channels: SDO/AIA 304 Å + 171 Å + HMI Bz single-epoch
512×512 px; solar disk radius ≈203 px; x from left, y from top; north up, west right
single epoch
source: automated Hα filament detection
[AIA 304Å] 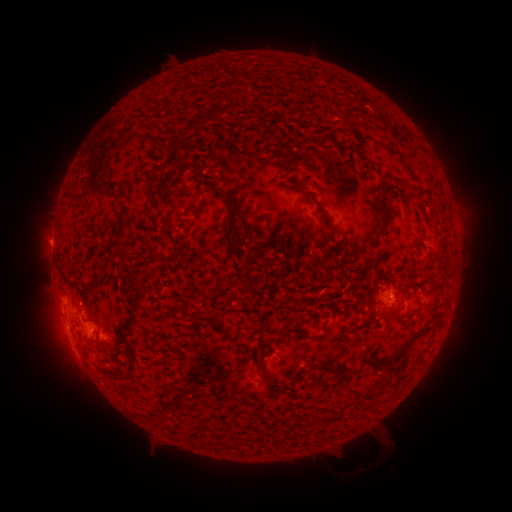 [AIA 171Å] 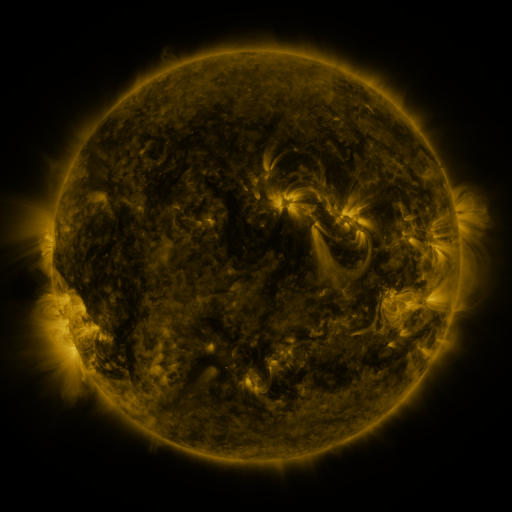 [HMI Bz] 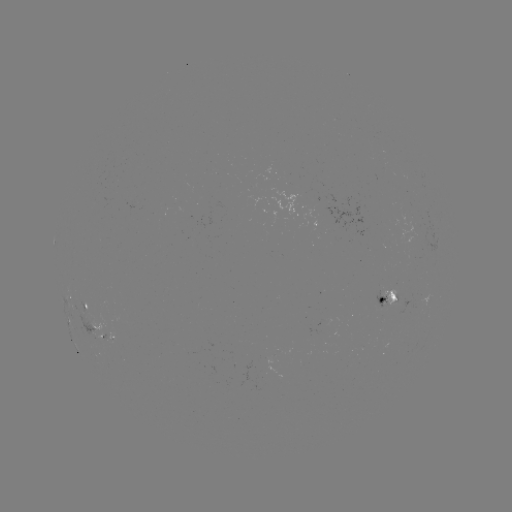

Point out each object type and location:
filament: (199, 108, 217, 128)
filament: (167, 142, 182, 166)
filament: (388, 146, 407, 167)
filament: (287, 159, 299, 167)
filament: (292, 184, 336, 242)
filament: (147, 186, 157, 209)
filament: (378, 190, 388, 236)
filament: (193, 202, 202, 214)
filament: (227, 207, 242, 250)
filament: (113, 229, 124, 246)
filament: (251, 242, 264, 259)
filament: (117, 251, 126, 261)
filament: (317, 258, 328, 268)
filament: (130, 278, 144, 326)
filament: (240, 280, 254, 293)
filament: (317, 317, 329, 340)
filament: (375, 321, 433, 370)
filament: (295, 325, 307, 337)
filament: (120, 329, 133, 346)
filament: (310, 360, 331, 370)
filament: (261, 366, 269, 382)
filament: (206, 435, 218, 447)
